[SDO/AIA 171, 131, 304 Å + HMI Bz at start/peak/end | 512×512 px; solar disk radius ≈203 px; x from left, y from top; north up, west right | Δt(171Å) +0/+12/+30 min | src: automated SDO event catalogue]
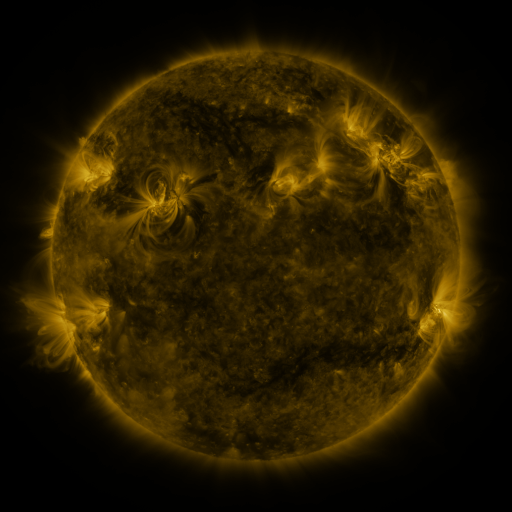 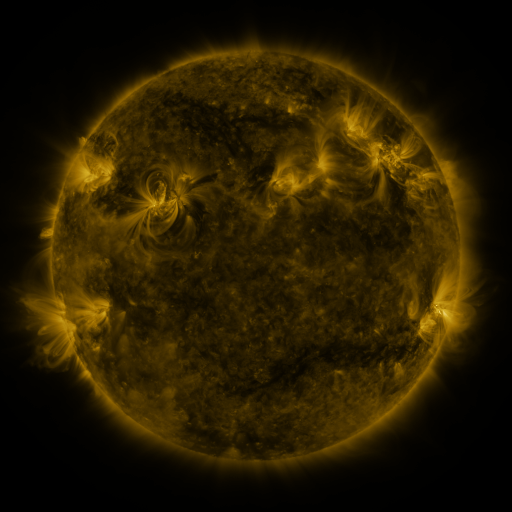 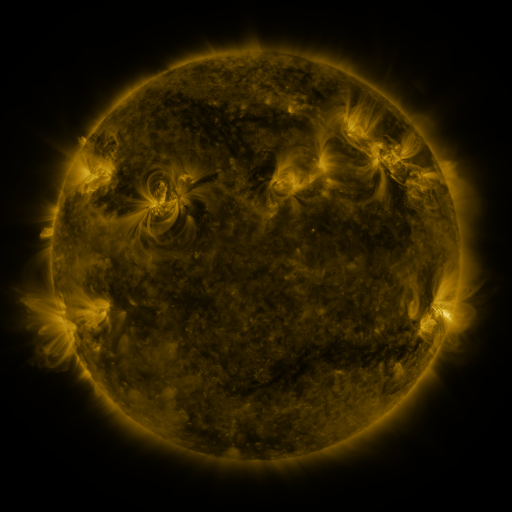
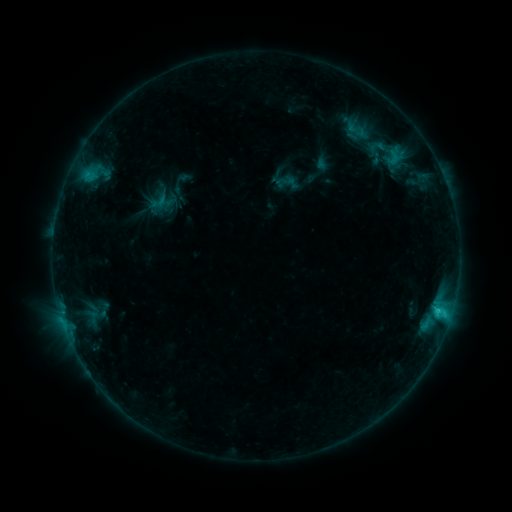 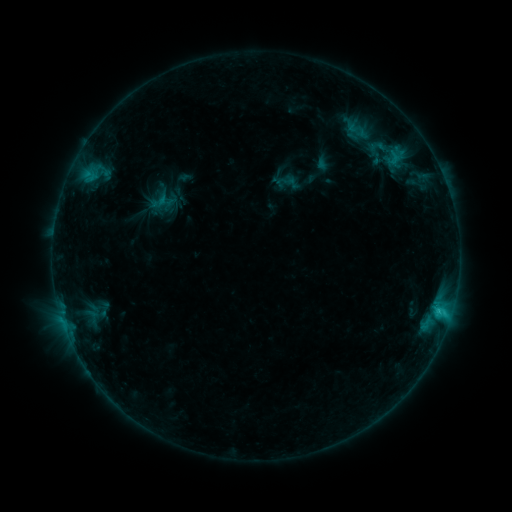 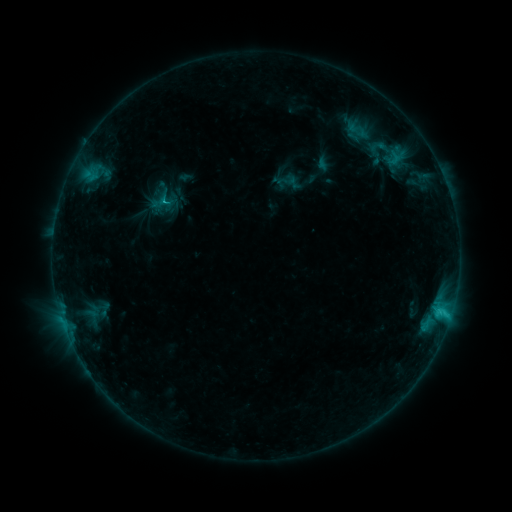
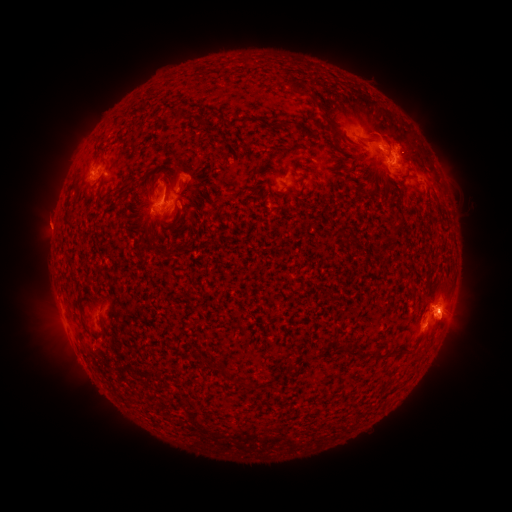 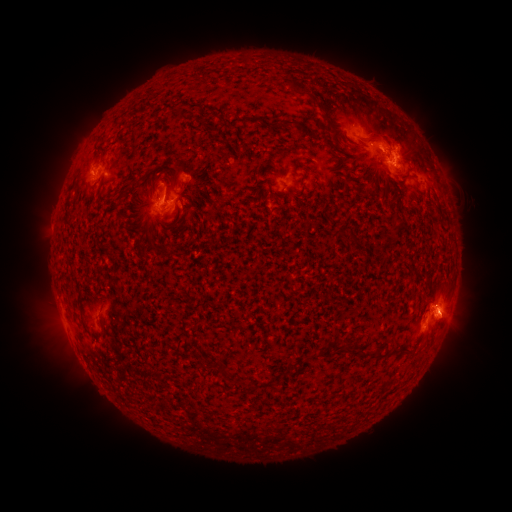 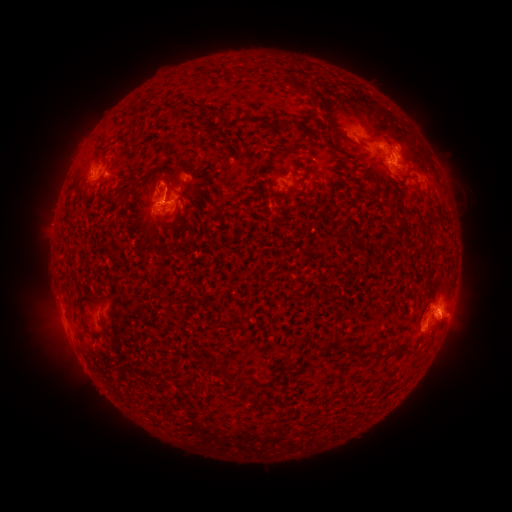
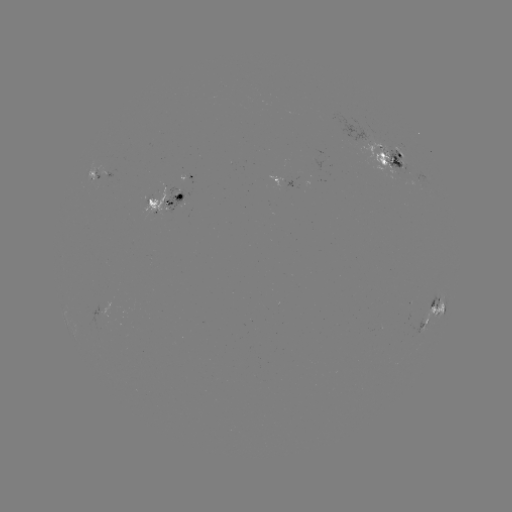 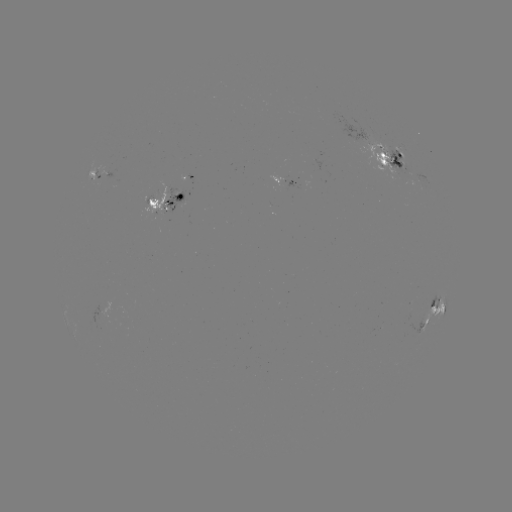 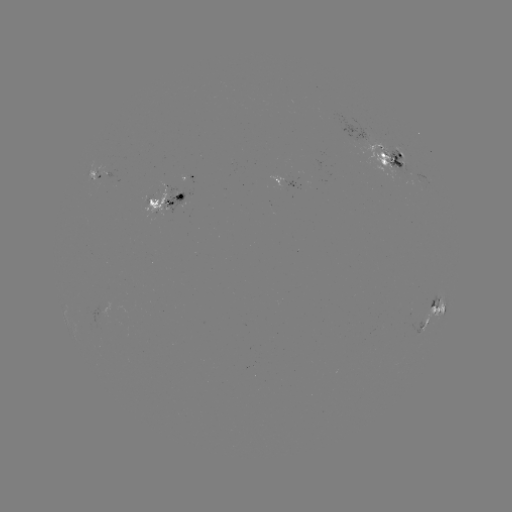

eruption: [431, 303, 478, 348]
